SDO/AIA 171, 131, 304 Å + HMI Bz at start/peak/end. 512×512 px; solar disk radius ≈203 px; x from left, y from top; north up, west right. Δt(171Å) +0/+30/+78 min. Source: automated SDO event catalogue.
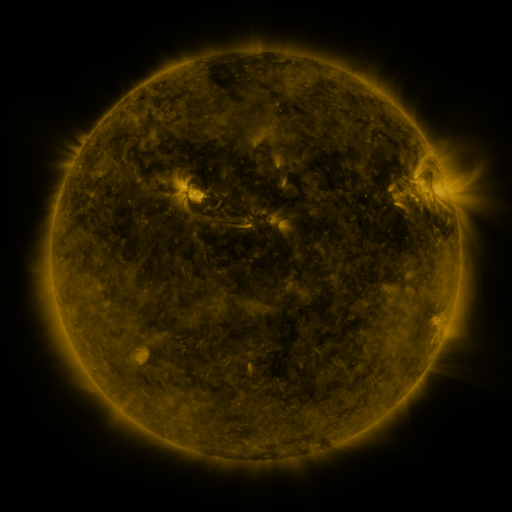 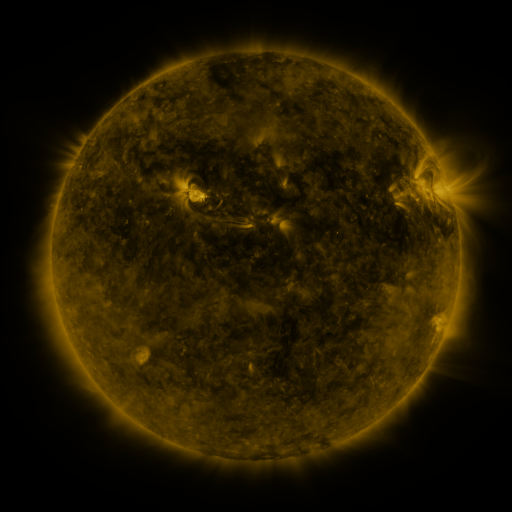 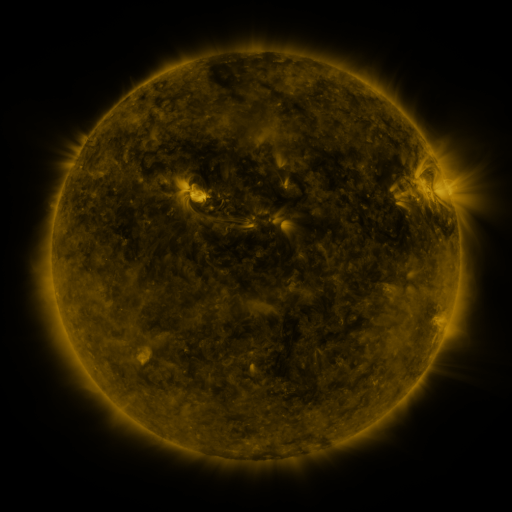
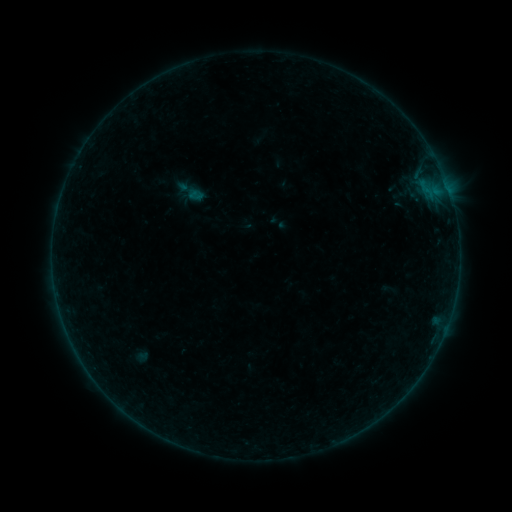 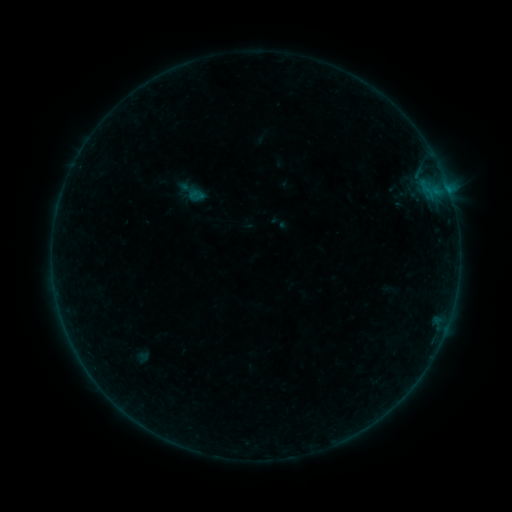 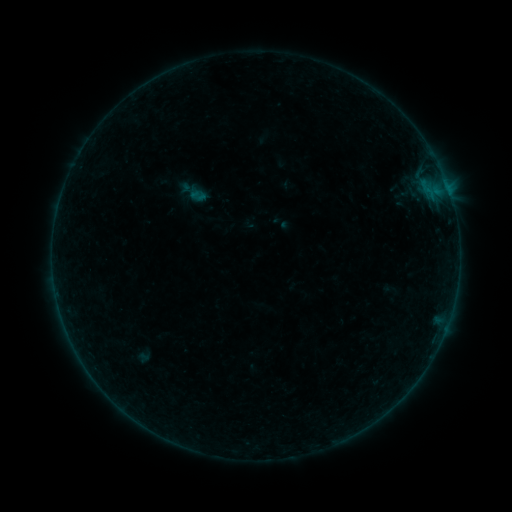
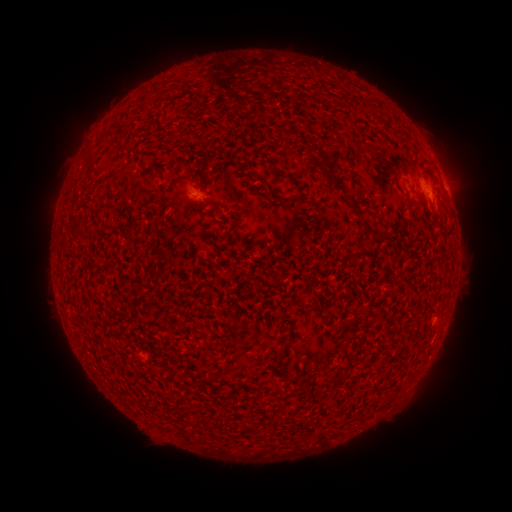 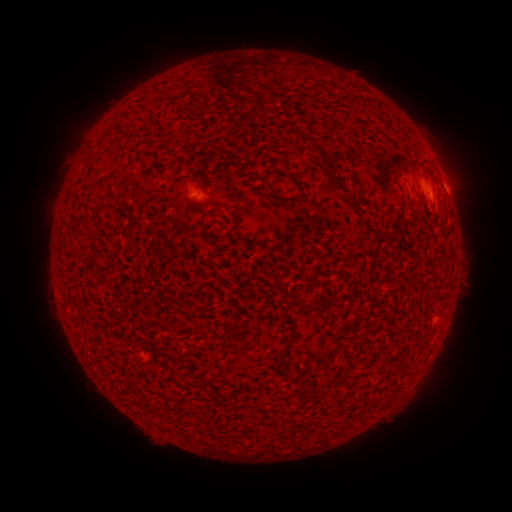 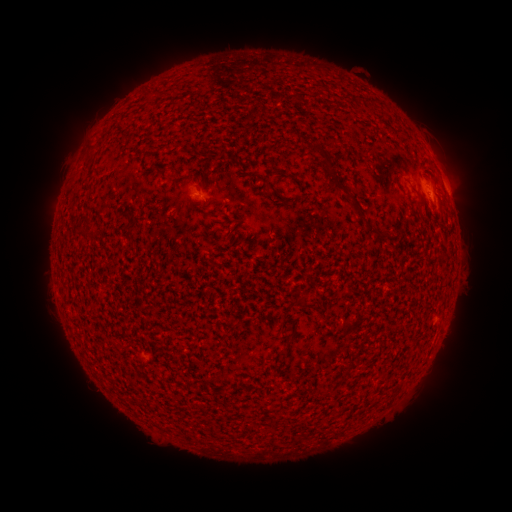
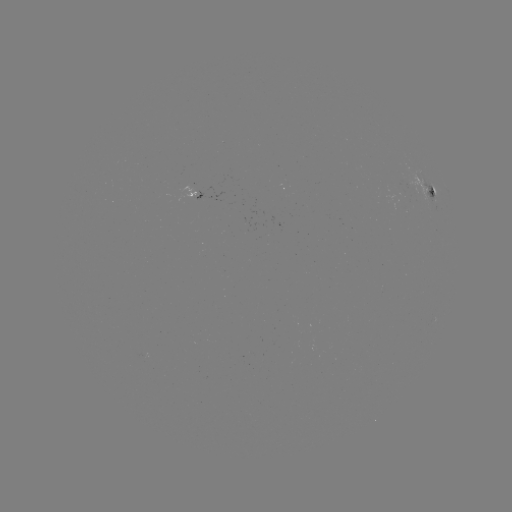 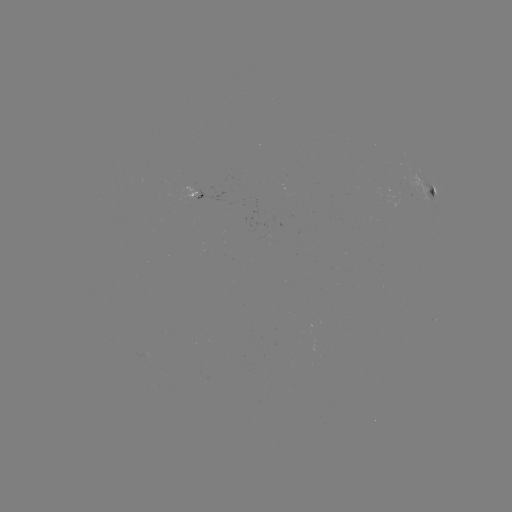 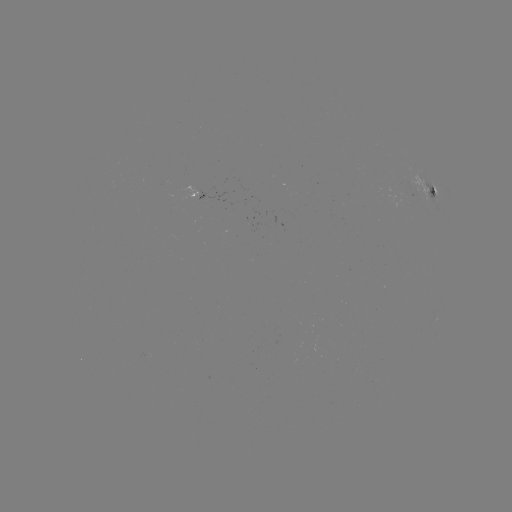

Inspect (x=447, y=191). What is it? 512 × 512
B2.3 flare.